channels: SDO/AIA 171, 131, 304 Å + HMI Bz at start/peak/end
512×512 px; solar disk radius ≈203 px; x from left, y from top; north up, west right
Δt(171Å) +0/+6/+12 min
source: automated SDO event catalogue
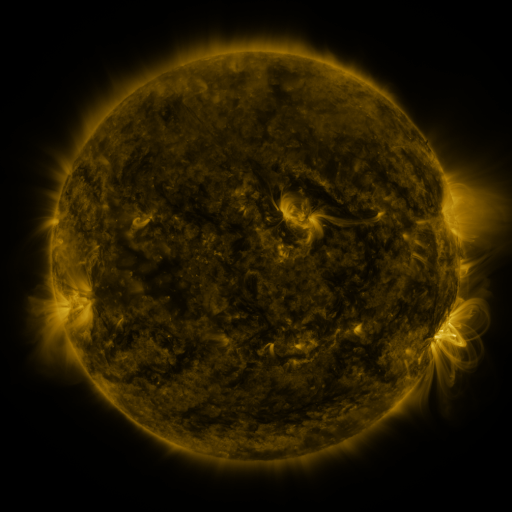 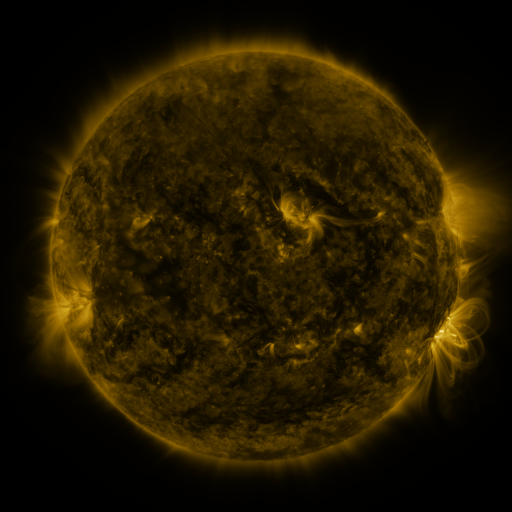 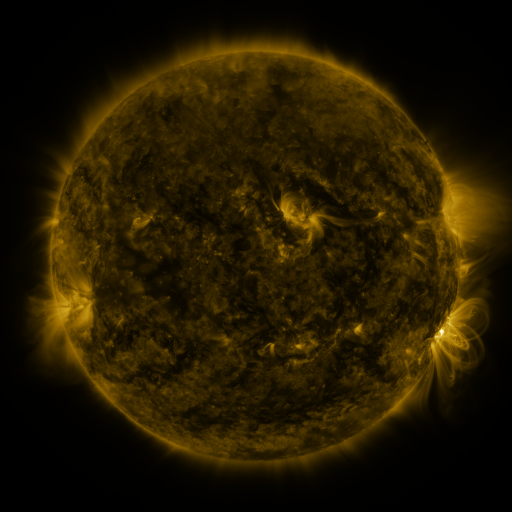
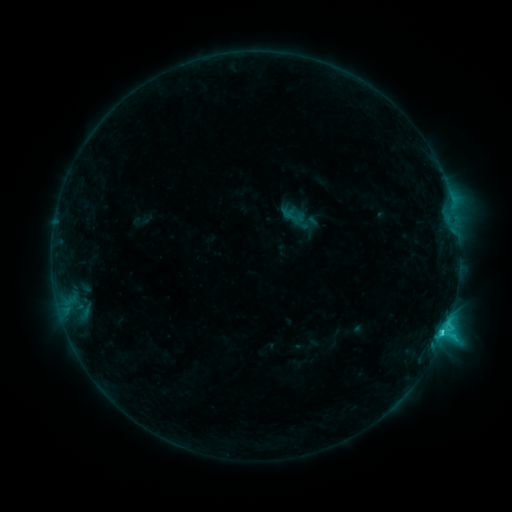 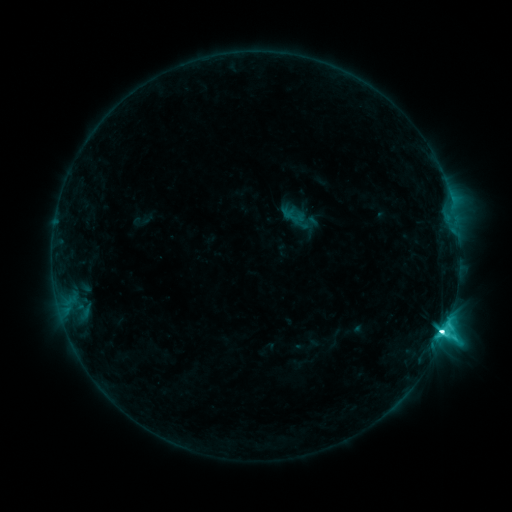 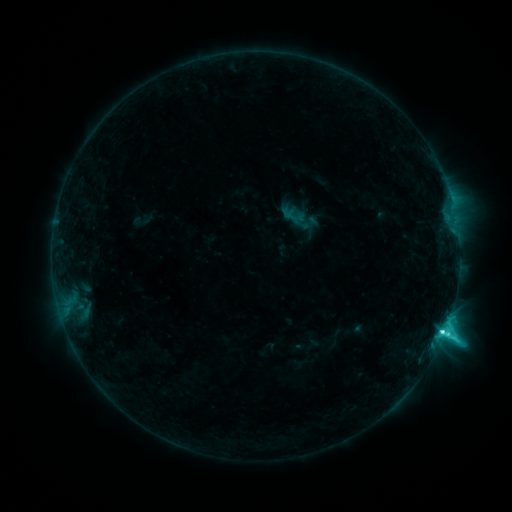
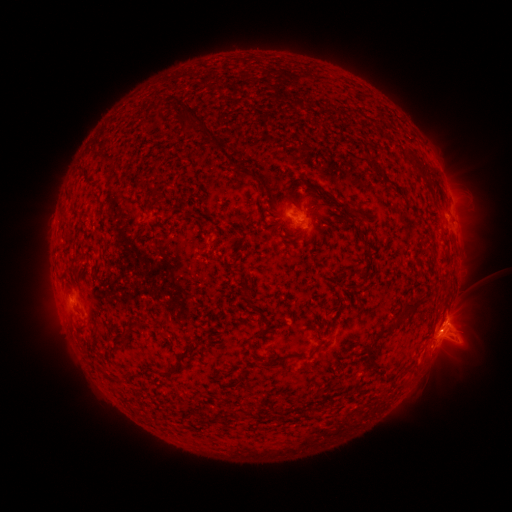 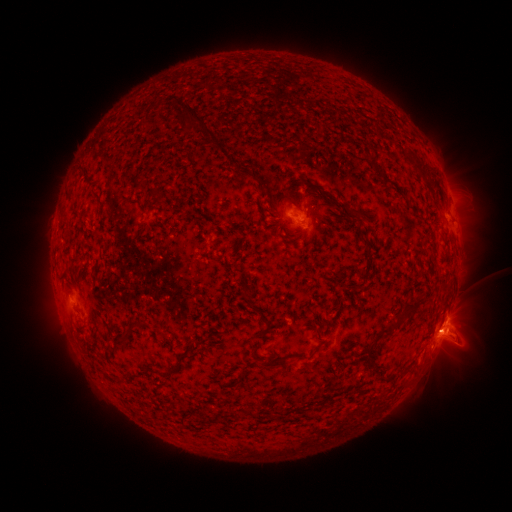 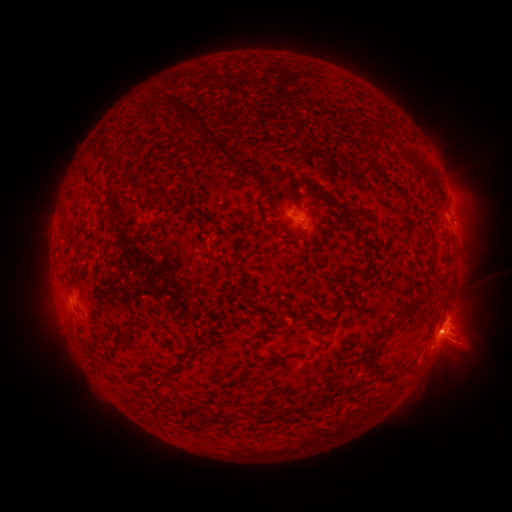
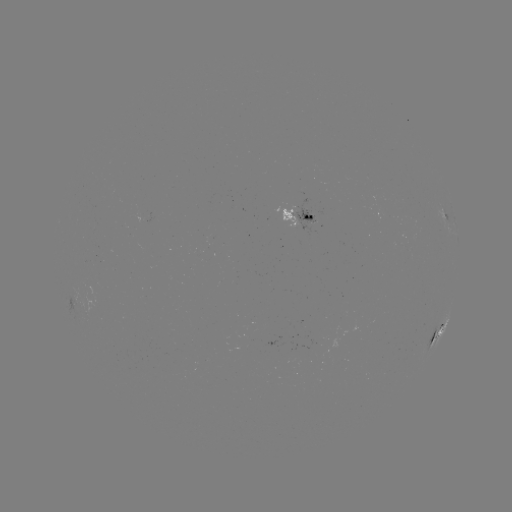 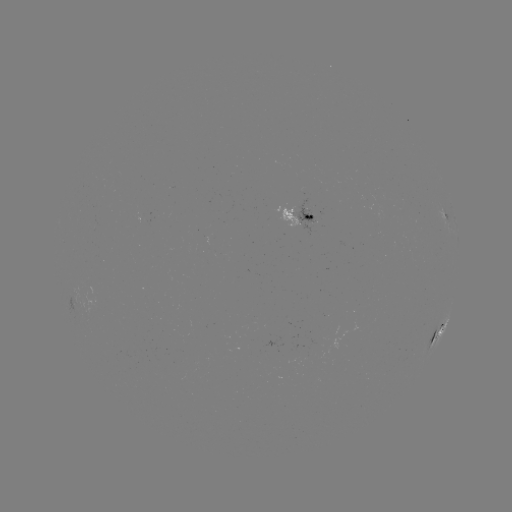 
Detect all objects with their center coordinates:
eruption: (459, 345)
